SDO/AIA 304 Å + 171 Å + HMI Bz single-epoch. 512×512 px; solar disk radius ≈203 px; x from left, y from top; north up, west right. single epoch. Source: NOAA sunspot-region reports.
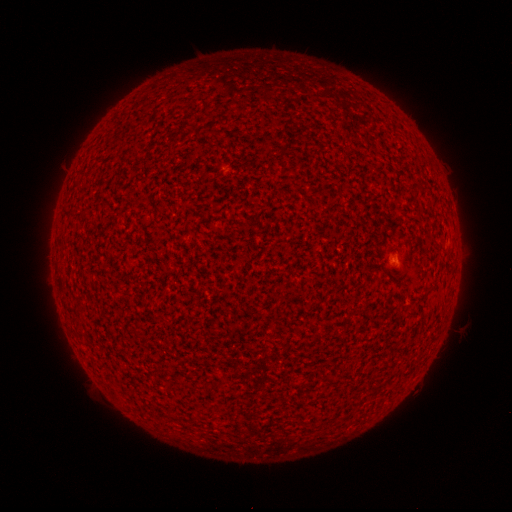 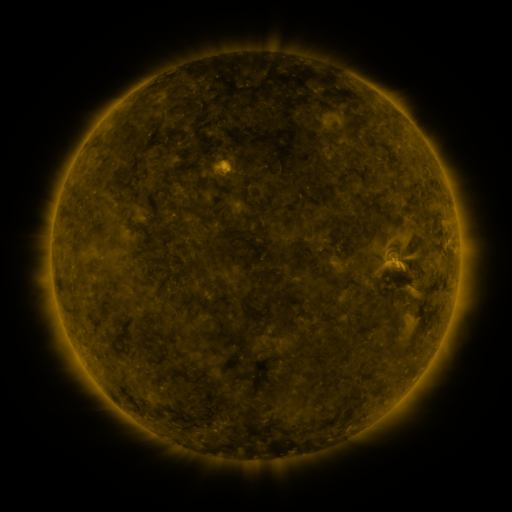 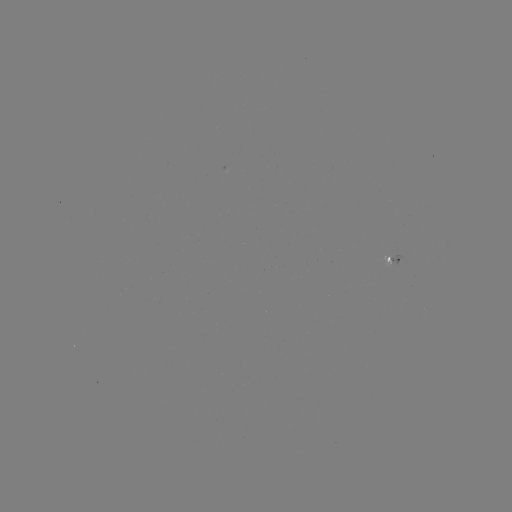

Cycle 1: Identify spotted active region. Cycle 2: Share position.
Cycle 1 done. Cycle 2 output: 392,259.